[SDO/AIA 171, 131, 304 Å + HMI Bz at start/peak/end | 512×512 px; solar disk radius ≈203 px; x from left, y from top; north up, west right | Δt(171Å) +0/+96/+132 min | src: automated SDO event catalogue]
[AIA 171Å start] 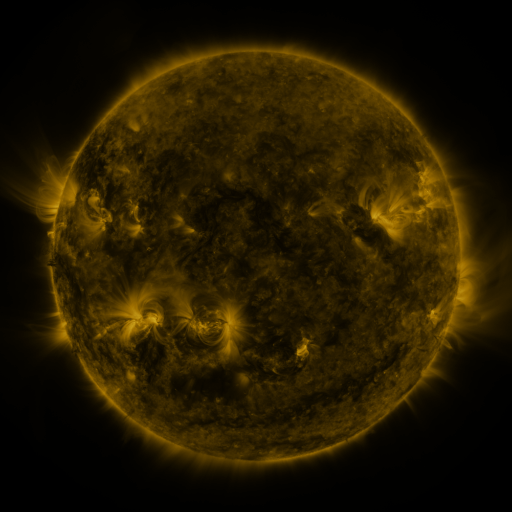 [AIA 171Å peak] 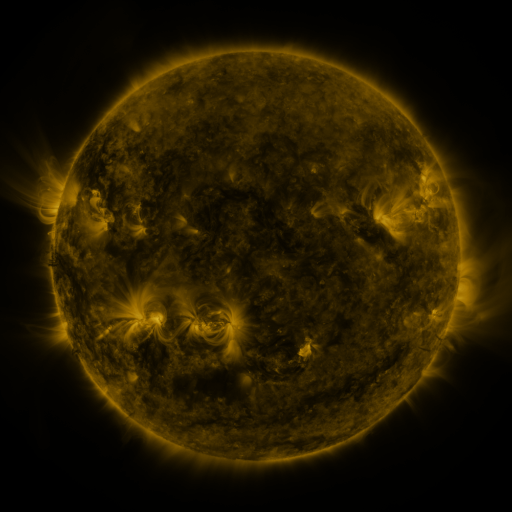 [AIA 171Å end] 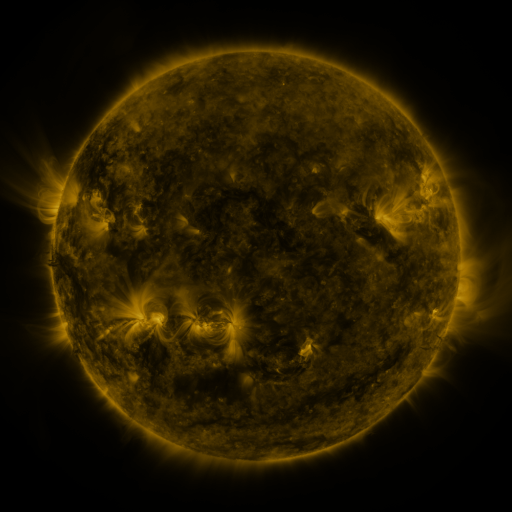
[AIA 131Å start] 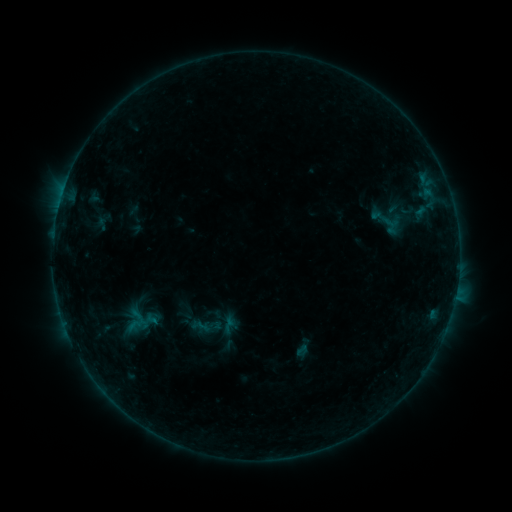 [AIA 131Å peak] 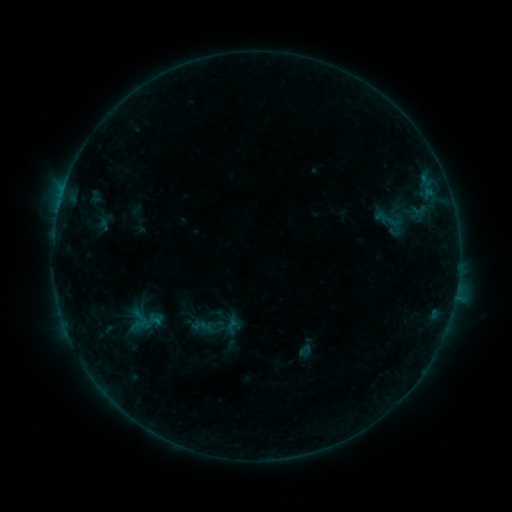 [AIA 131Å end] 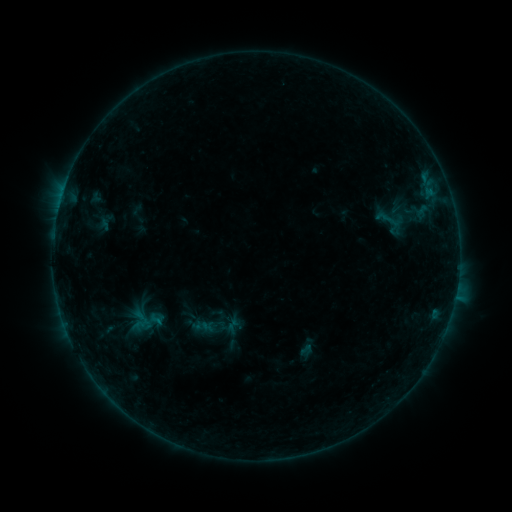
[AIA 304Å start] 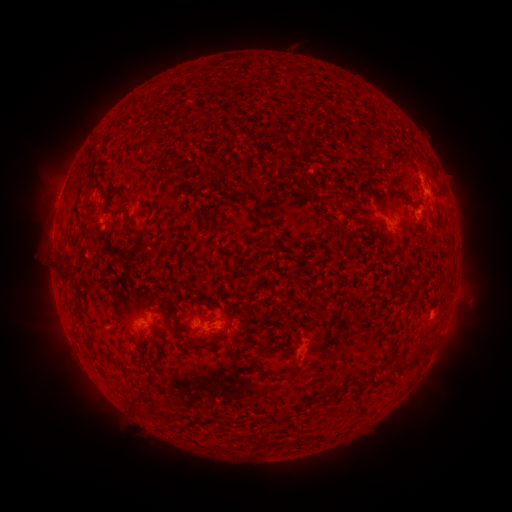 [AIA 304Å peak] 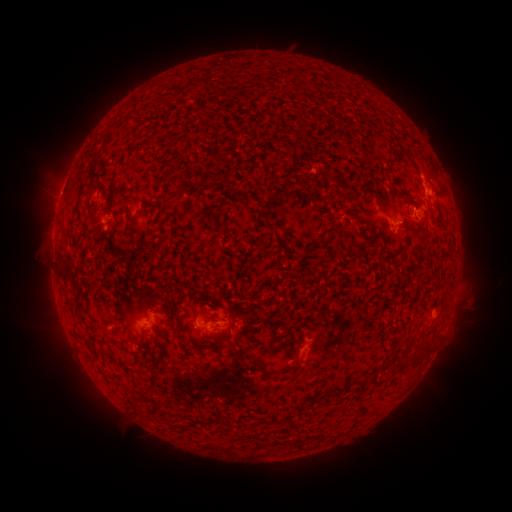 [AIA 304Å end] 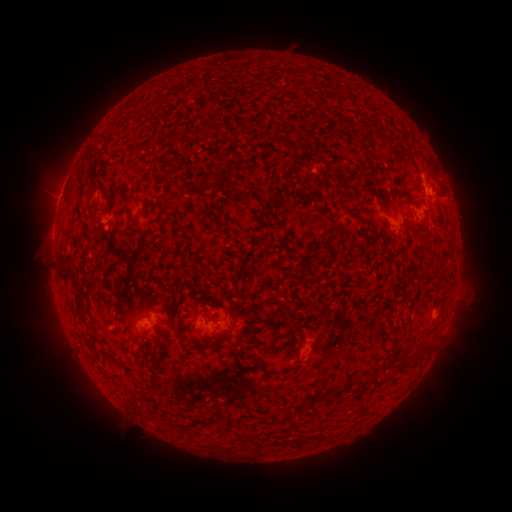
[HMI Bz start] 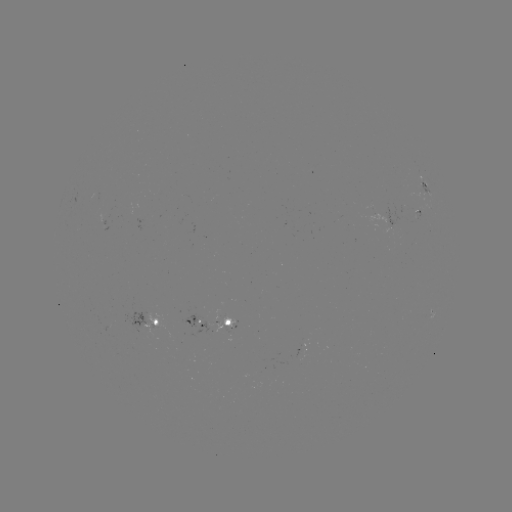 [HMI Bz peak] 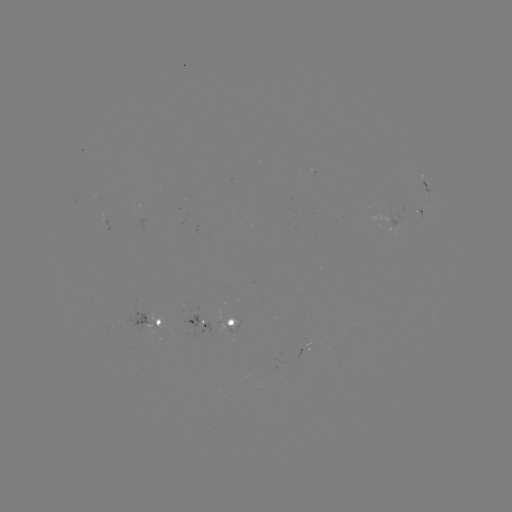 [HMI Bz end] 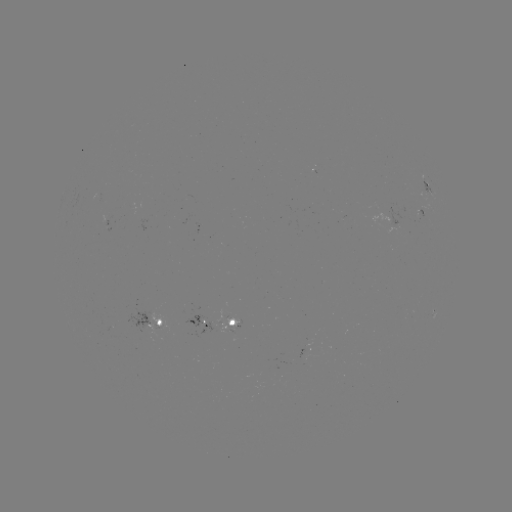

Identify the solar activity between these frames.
emerging-flux region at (224, 322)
